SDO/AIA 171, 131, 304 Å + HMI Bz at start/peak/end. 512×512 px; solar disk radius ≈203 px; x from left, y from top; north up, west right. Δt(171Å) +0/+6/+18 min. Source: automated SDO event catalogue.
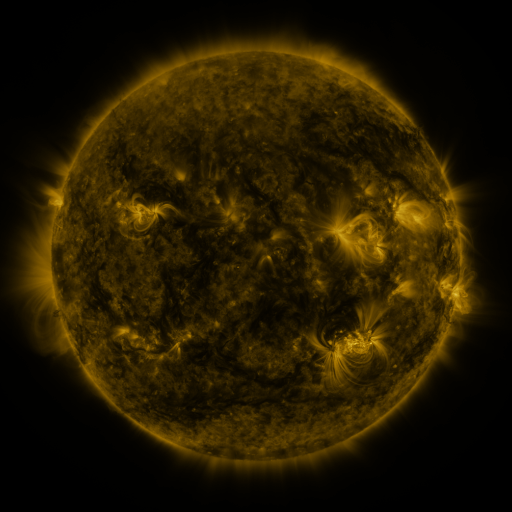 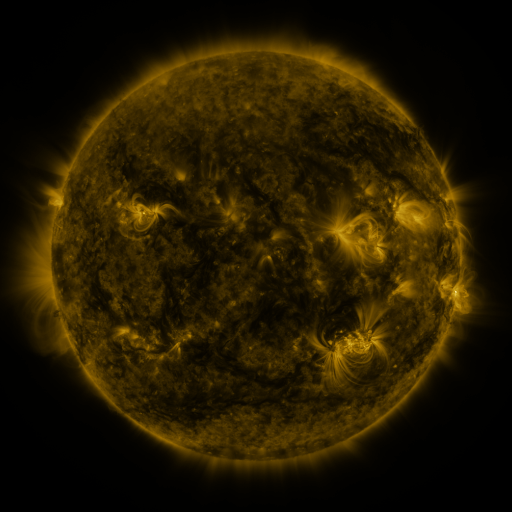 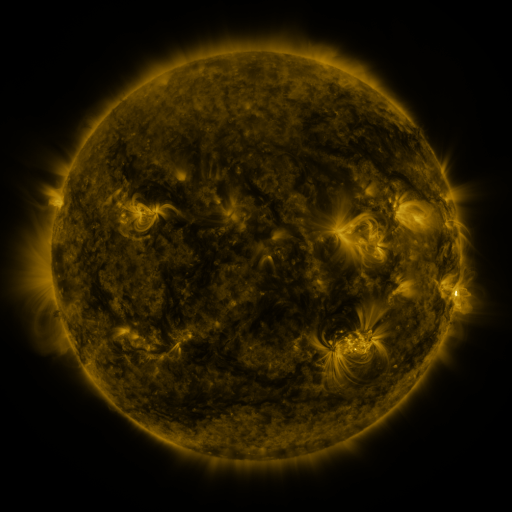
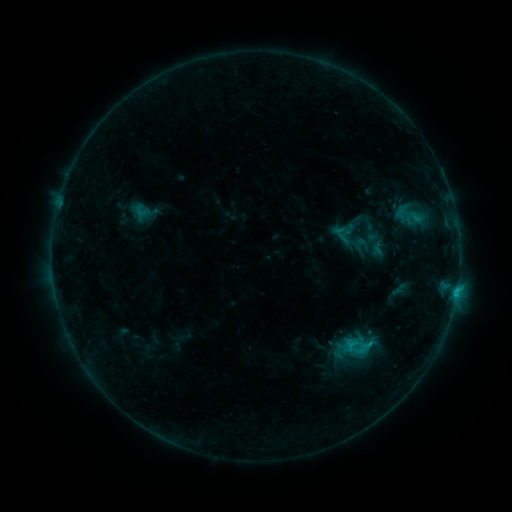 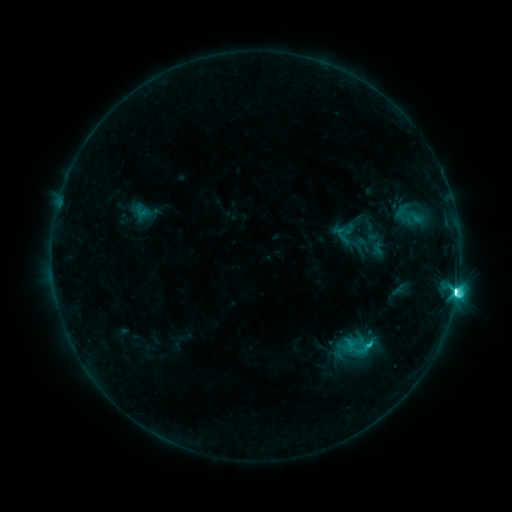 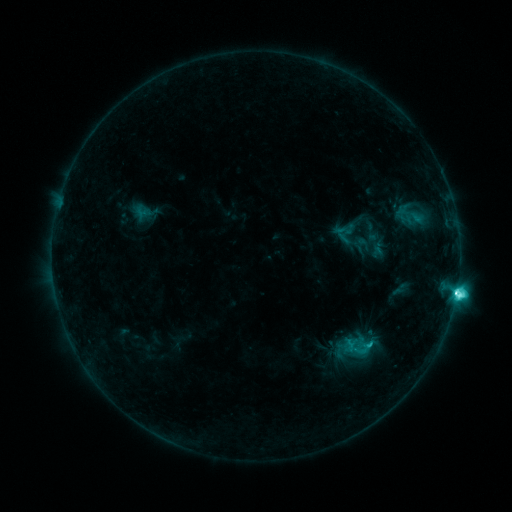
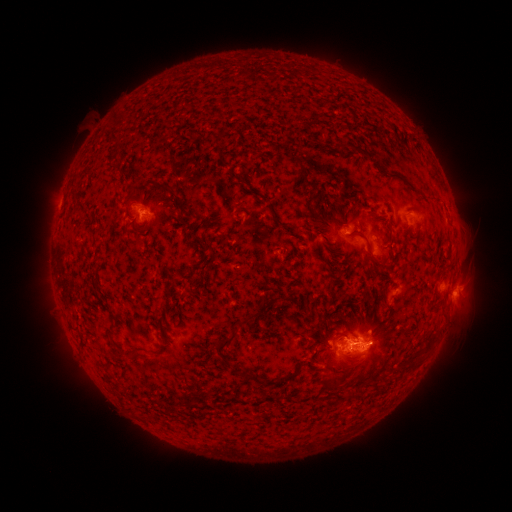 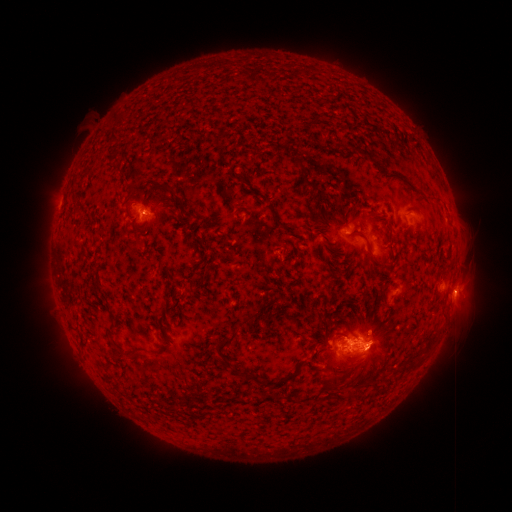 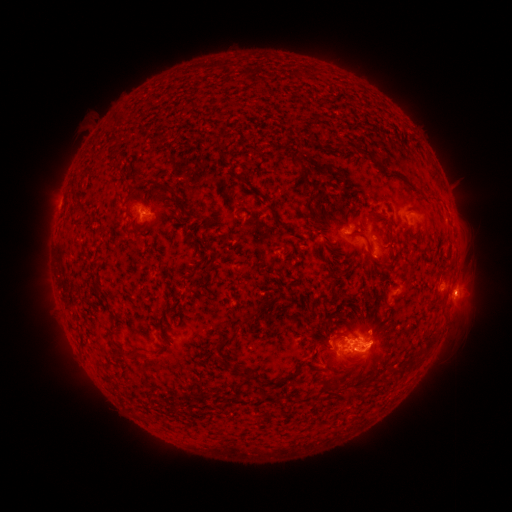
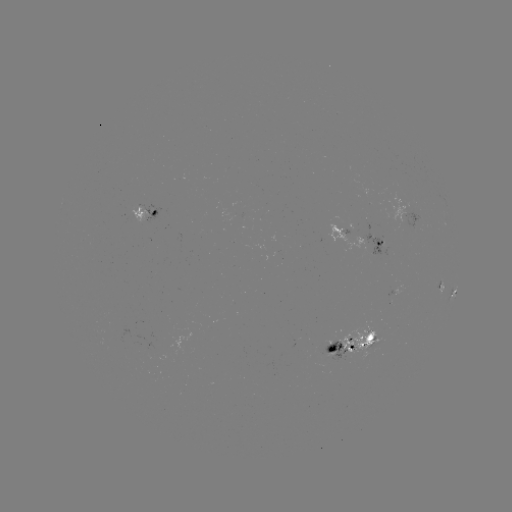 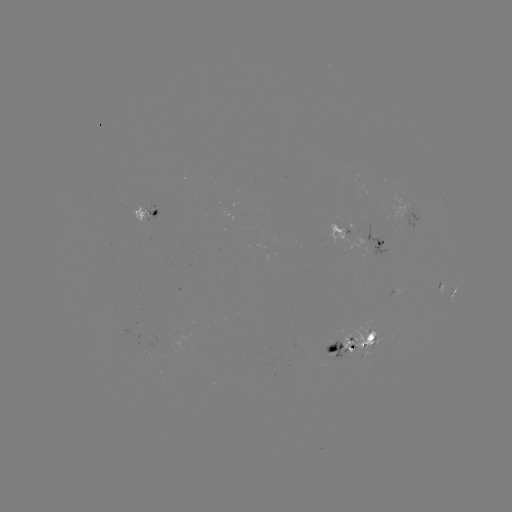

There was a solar flare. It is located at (453, 291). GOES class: M1.2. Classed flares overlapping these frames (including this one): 1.